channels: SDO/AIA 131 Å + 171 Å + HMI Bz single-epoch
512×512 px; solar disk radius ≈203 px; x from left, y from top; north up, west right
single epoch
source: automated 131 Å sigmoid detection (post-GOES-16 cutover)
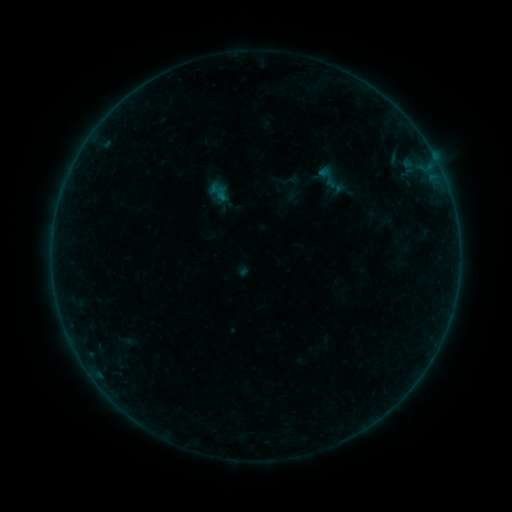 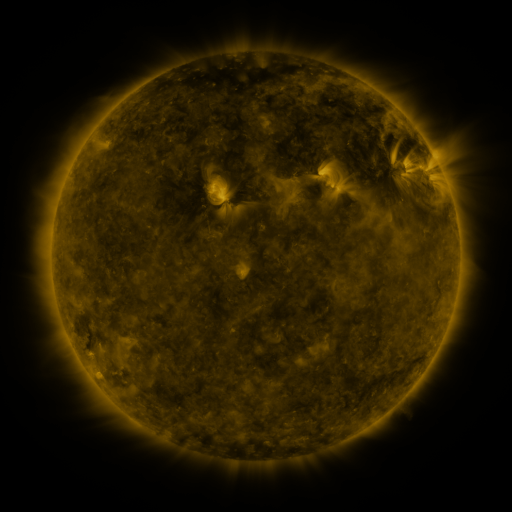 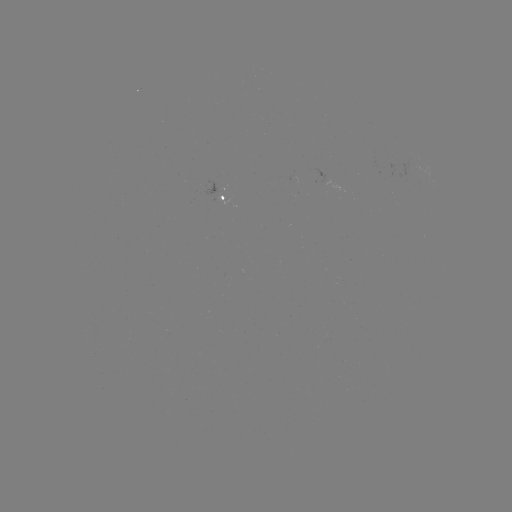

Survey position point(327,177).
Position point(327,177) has sigmoid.